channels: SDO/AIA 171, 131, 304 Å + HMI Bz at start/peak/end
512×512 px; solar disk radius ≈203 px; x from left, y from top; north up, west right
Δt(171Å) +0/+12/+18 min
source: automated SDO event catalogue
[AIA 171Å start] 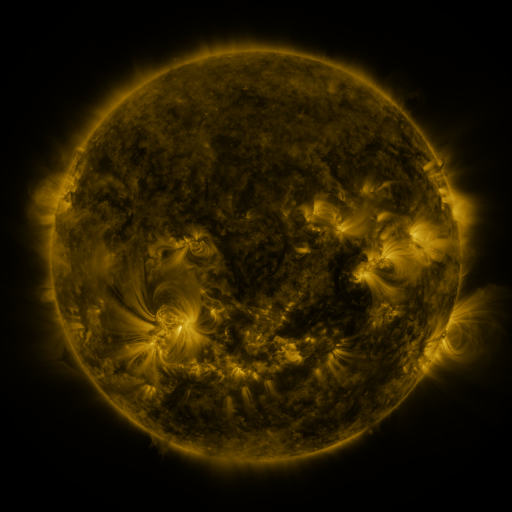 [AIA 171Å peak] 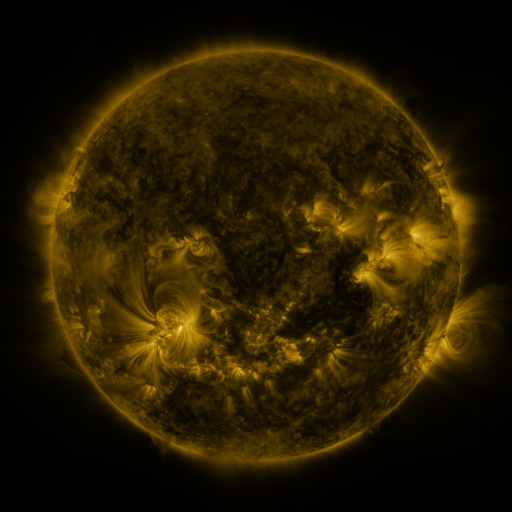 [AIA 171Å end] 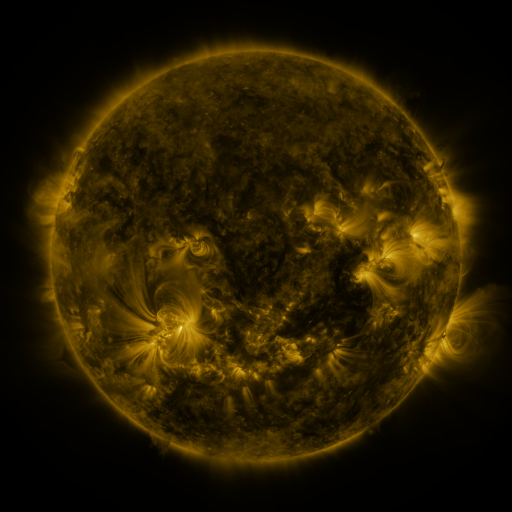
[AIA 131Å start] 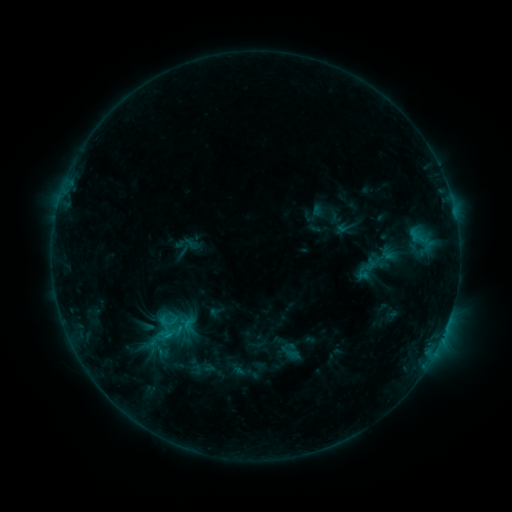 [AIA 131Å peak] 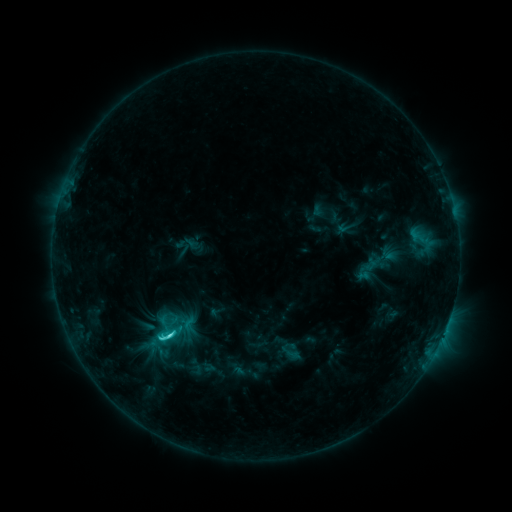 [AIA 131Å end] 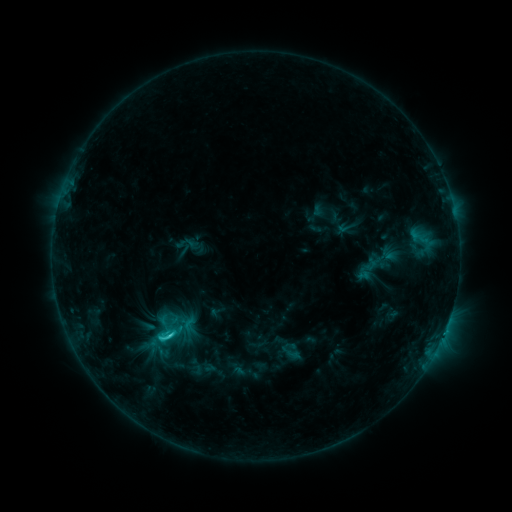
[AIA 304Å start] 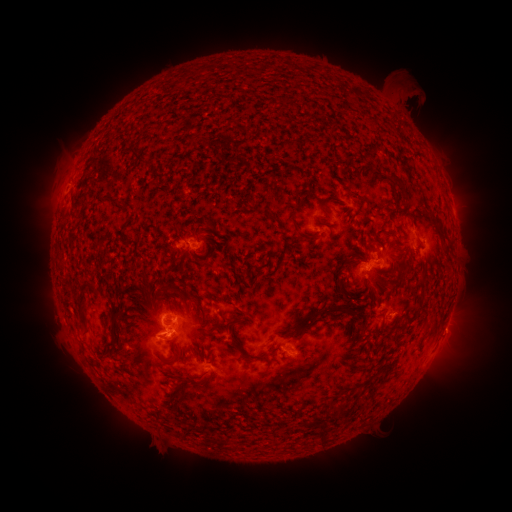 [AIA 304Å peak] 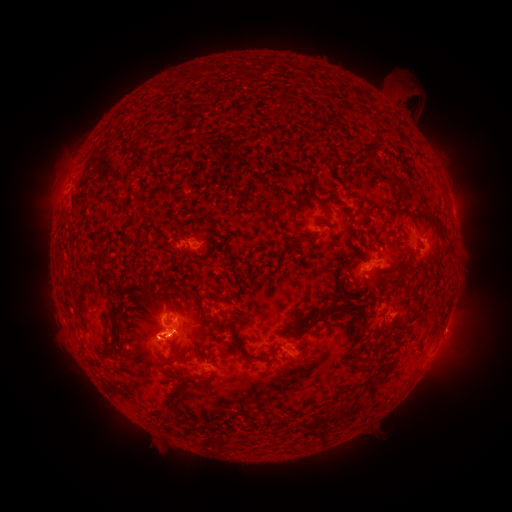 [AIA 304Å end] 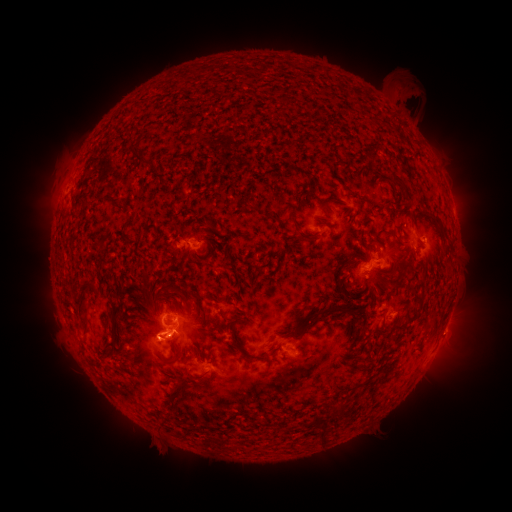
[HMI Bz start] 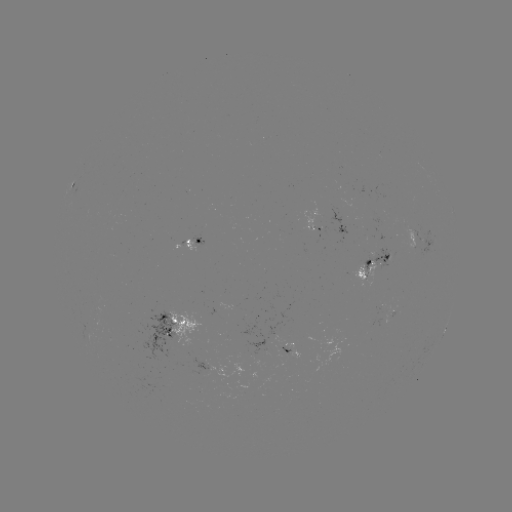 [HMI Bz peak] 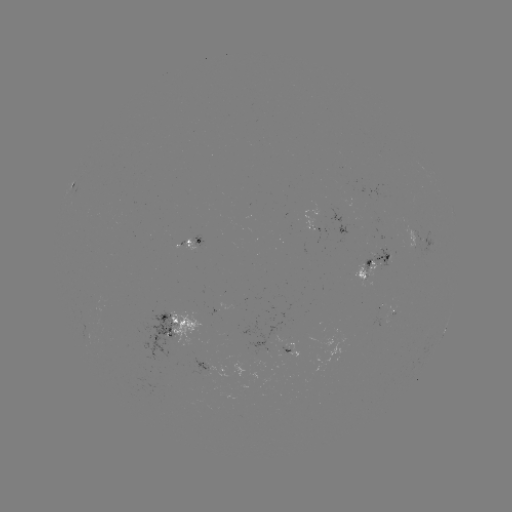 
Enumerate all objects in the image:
C2.7 flare: (170, 333)
